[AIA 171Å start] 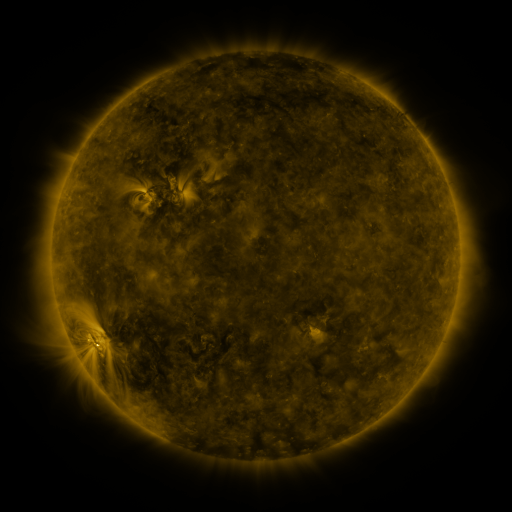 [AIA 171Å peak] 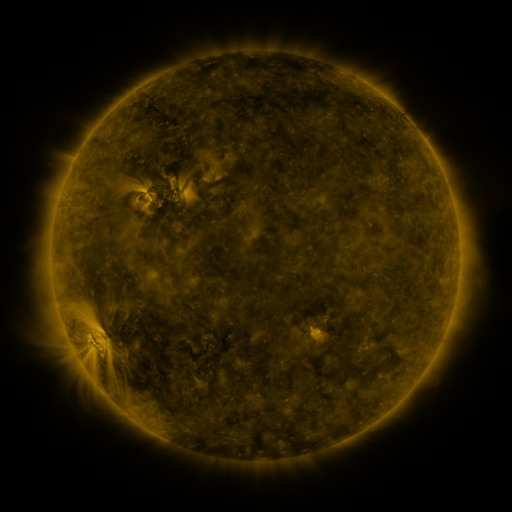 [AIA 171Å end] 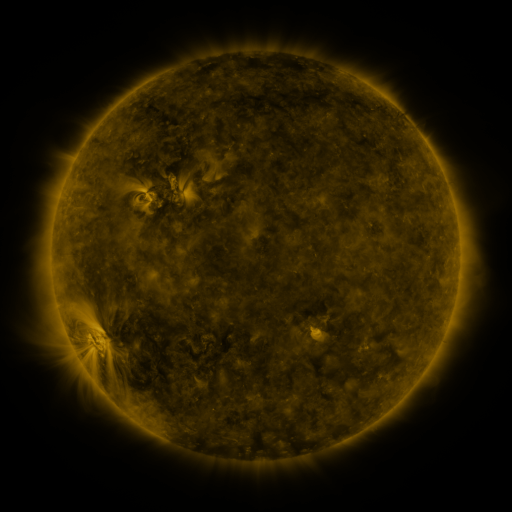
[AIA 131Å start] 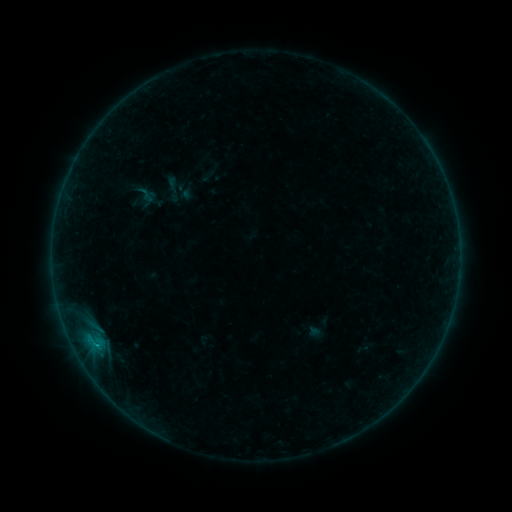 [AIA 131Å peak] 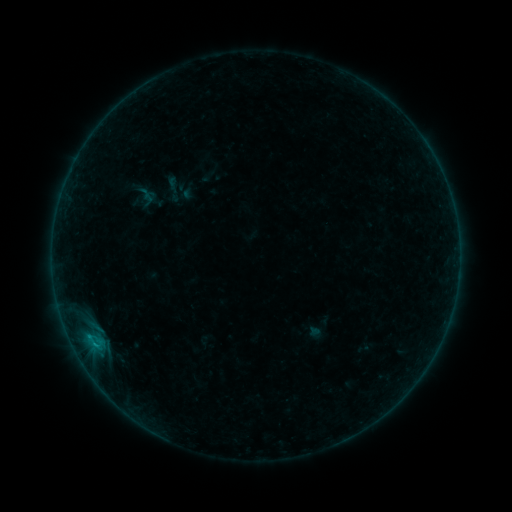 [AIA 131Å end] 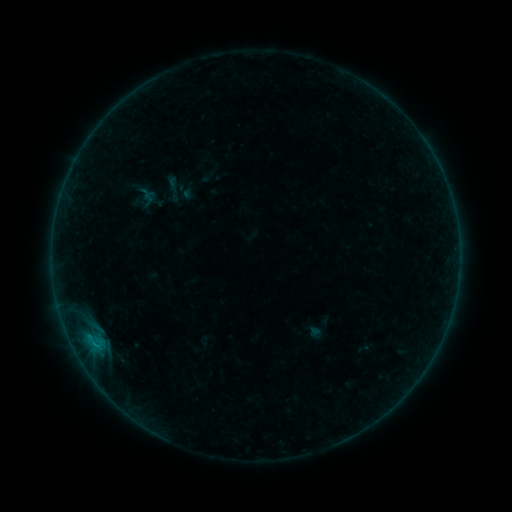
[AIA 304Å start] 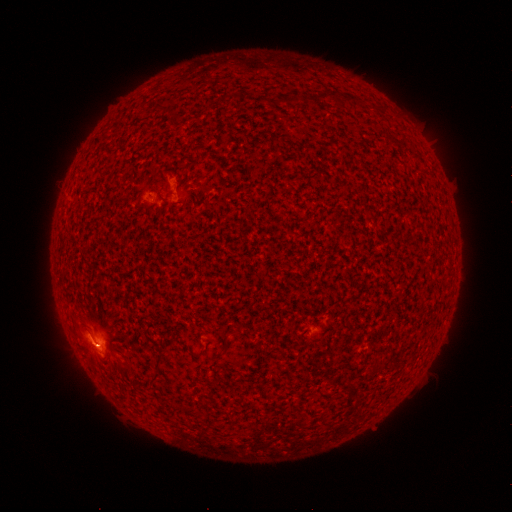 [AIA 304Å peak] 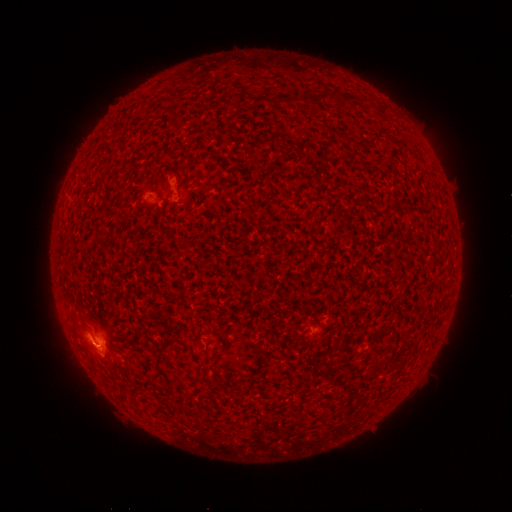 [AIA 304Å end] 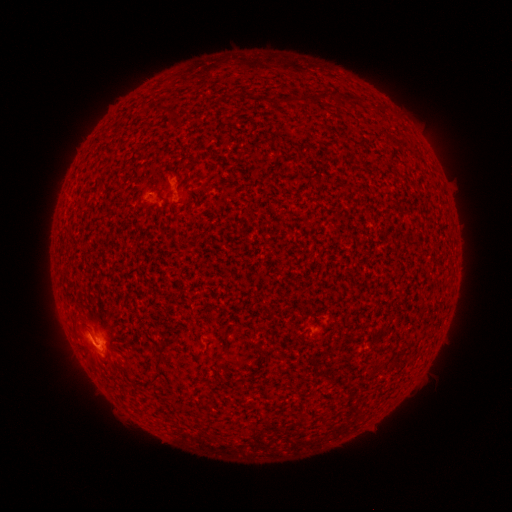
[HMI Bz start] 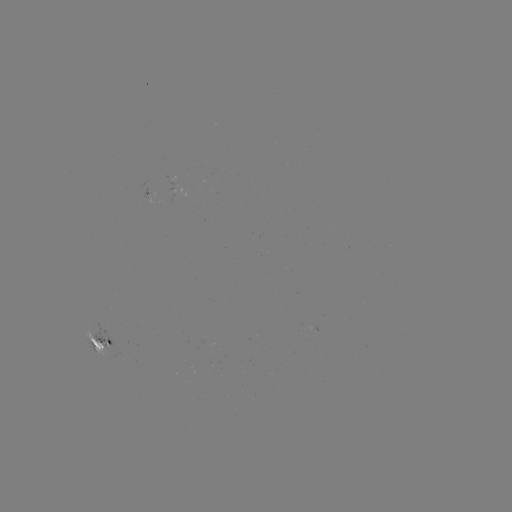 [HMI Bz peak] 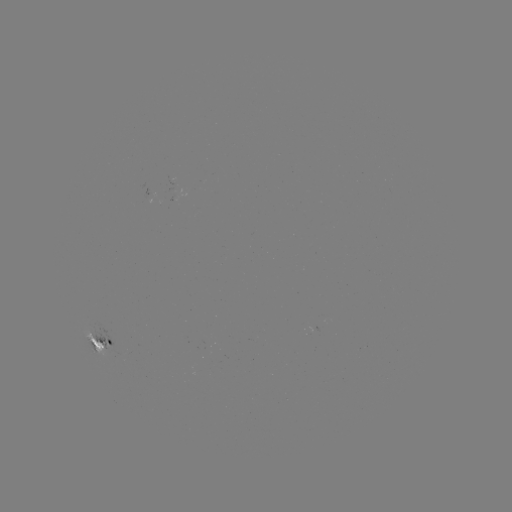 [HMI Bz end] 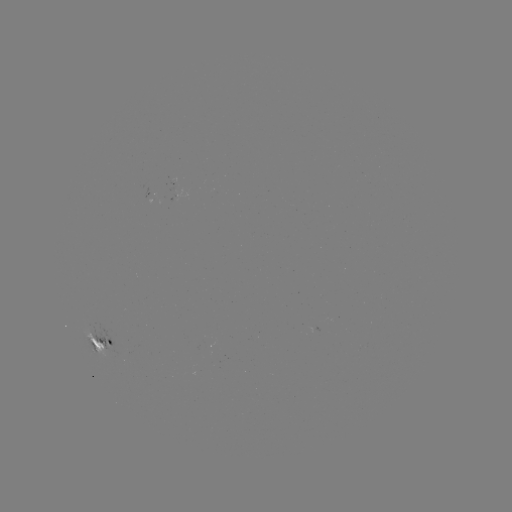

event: flare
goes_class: B4.9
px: (96, 345)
